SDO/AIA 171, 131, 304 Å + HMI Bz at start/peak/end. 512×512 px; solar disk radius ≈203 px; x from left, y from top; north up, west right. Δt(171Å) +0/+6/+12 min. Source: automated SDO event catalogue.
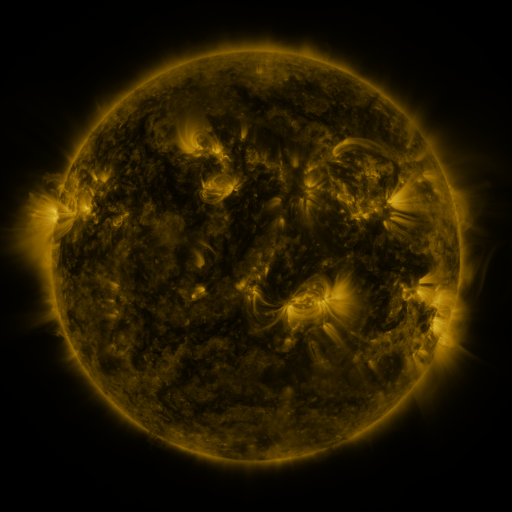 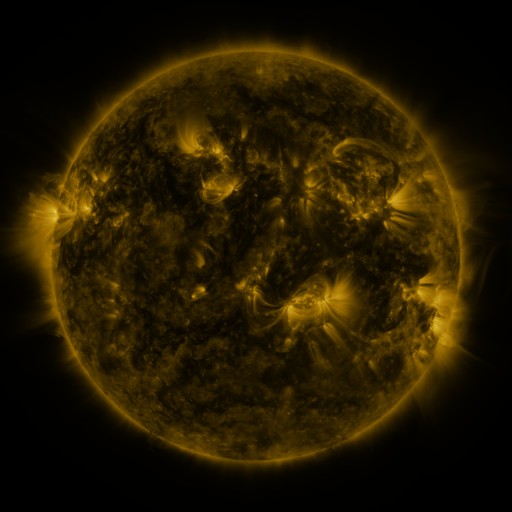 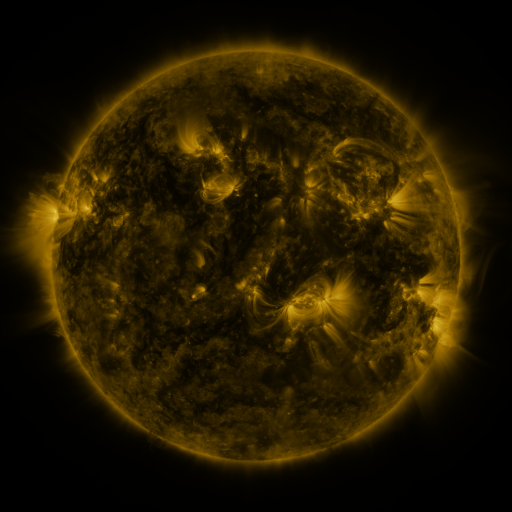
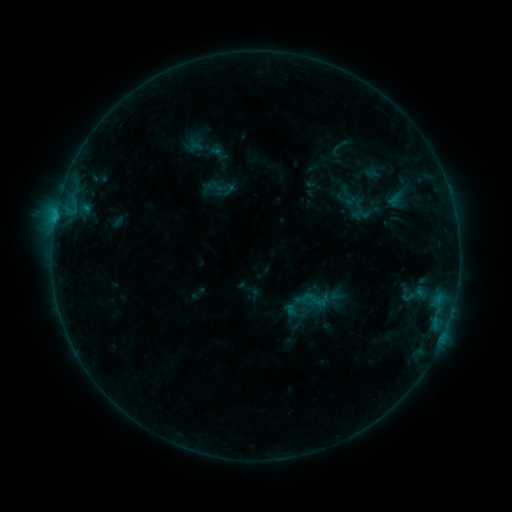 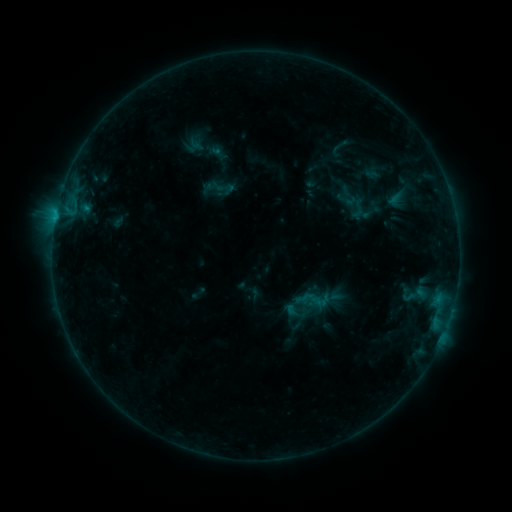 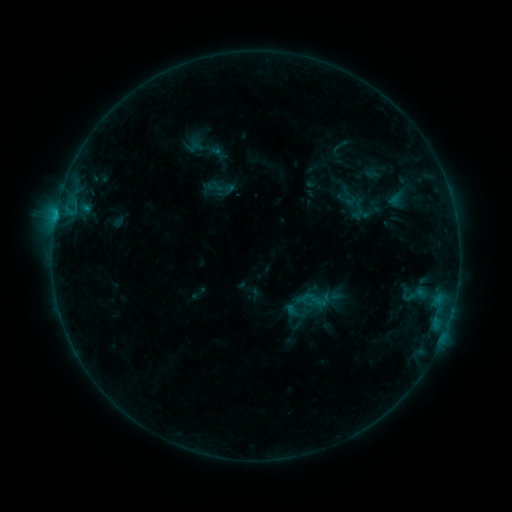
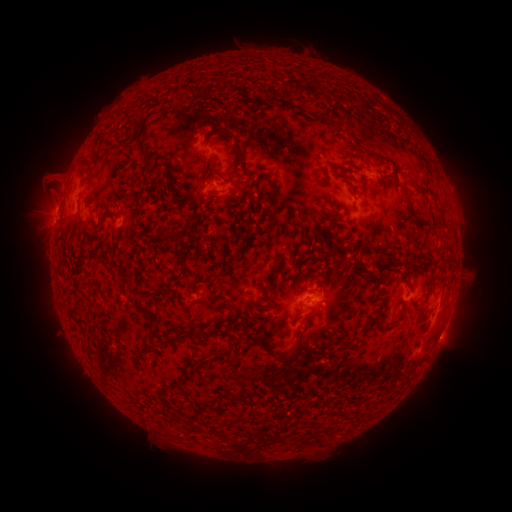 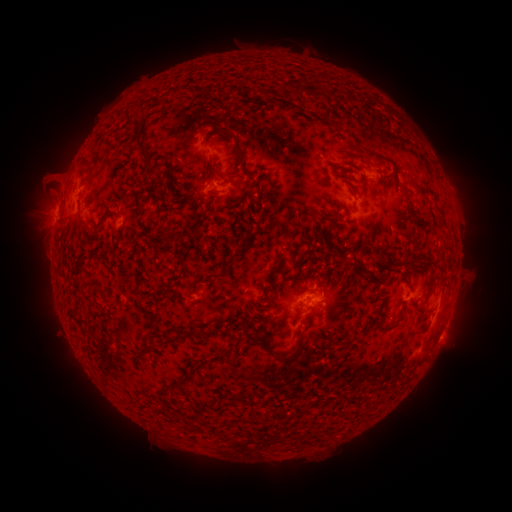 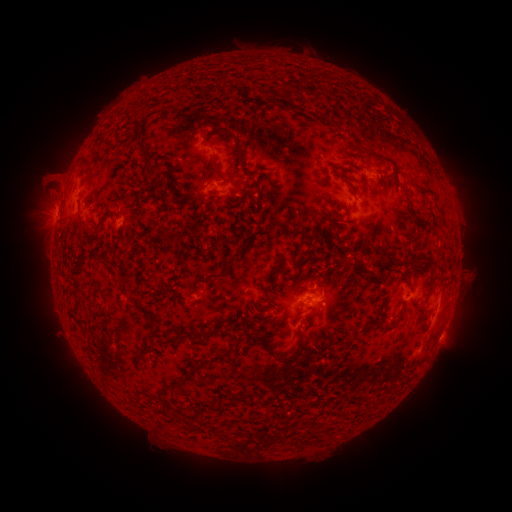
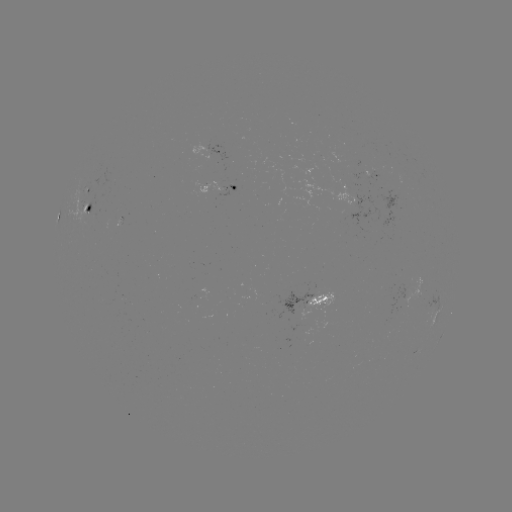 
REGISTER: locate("B3.9 flare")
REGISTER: (56, 220)